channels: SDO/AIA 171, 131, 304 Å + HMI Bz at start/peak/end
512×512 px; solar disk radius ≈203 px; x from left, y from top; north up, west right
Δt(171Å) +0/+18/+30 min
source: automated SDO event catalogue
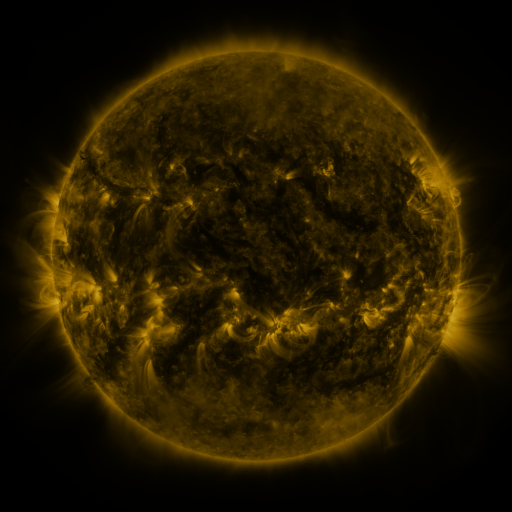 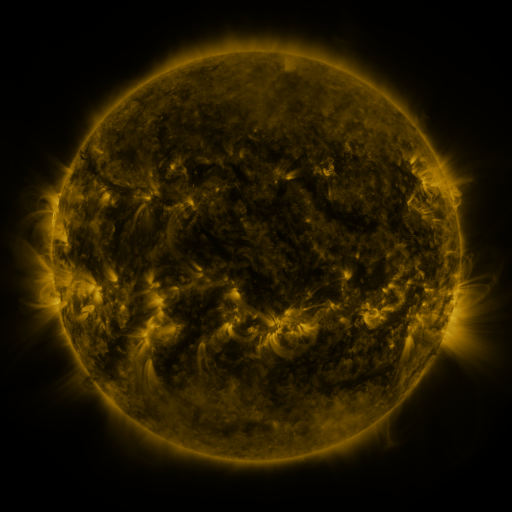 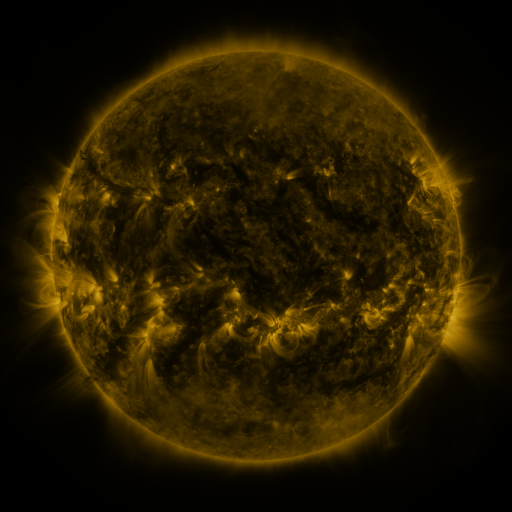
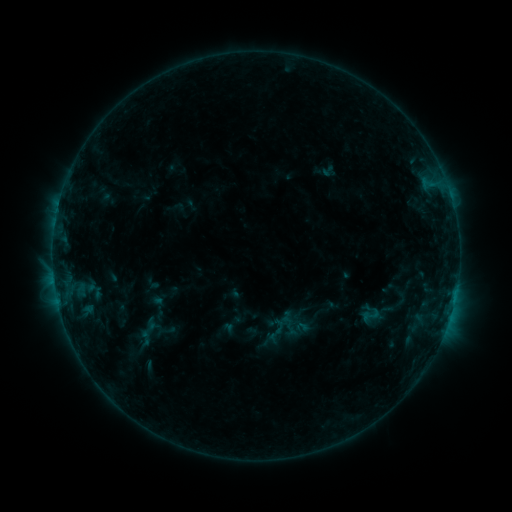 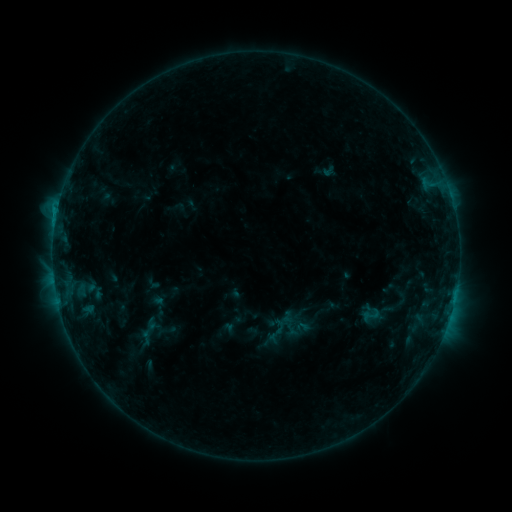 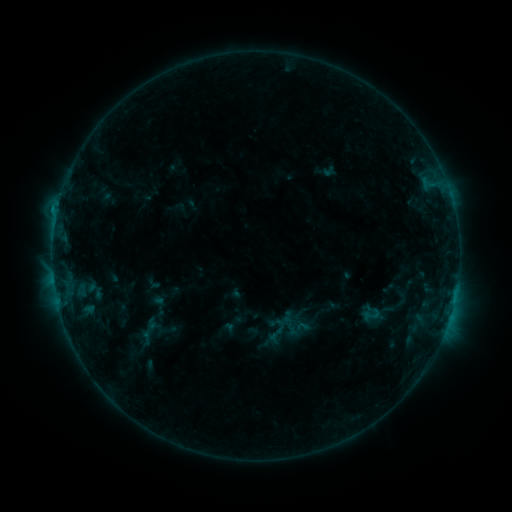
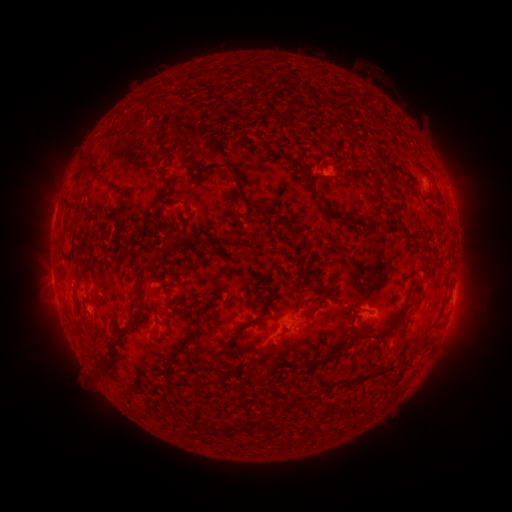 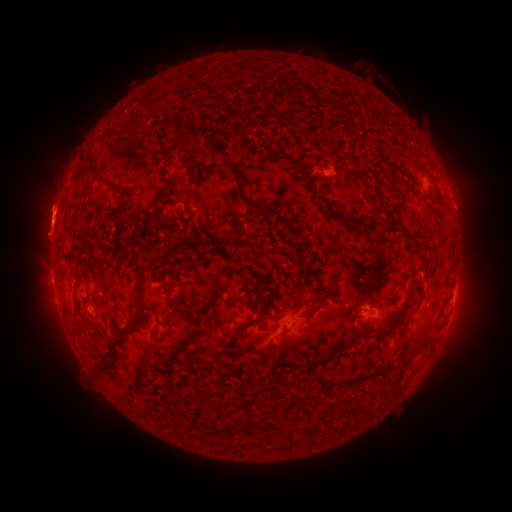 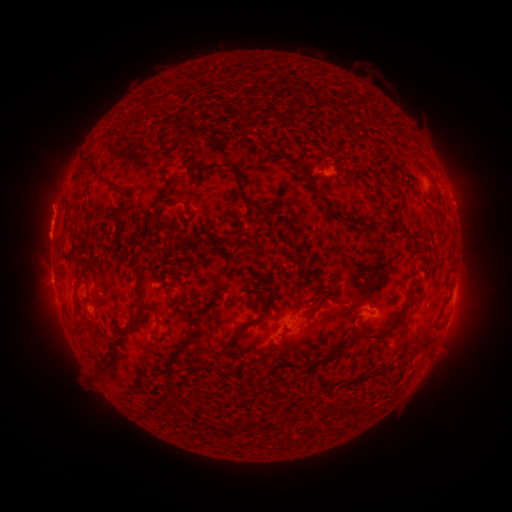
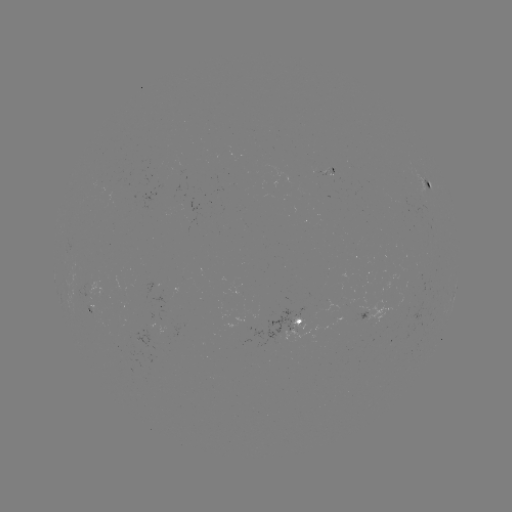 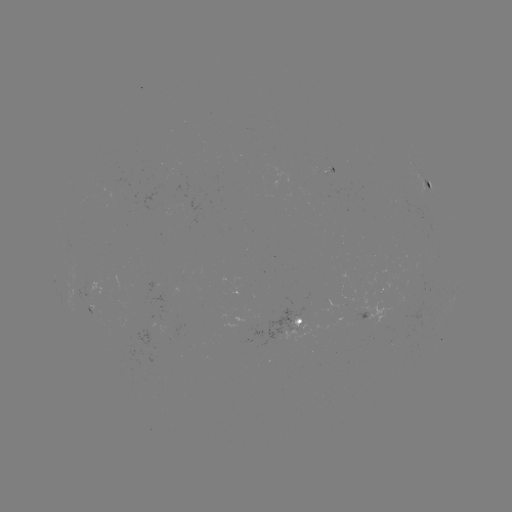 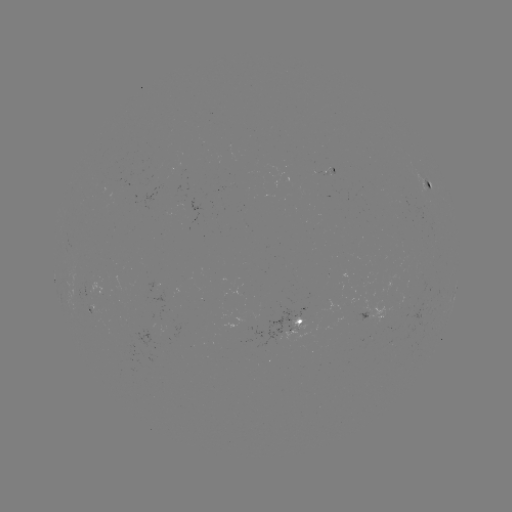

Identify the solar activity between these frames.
eruption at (47, 221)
